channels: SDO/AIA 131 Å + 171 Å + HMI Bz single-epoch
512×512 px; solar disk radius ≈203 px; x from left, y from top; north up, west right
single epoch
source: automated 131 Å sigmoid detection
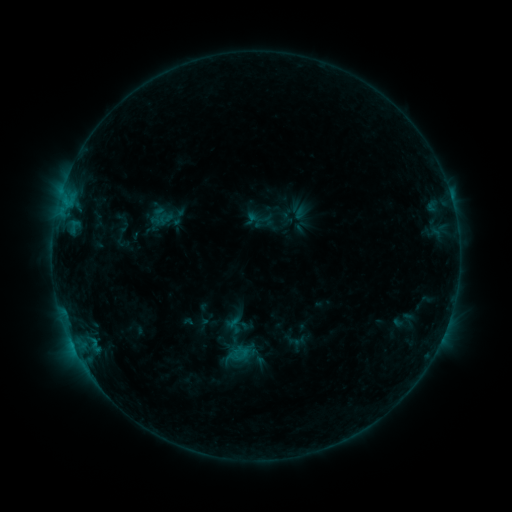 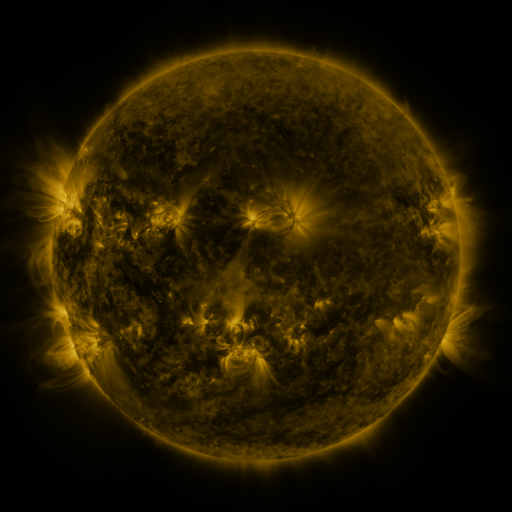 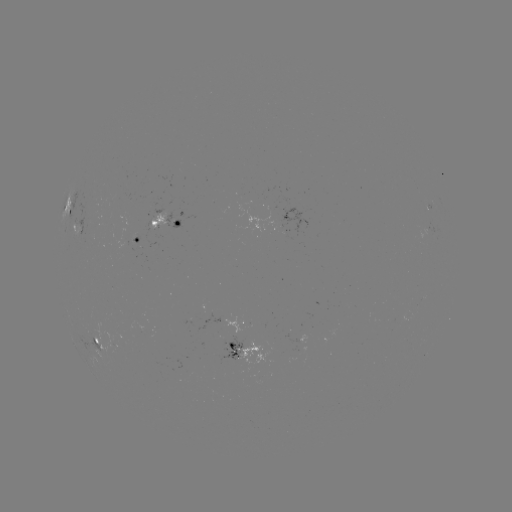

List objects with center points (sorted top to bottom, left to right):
sigmoid: <bbox>113, 226, 131, 246</bbox>
sigmoid: <bbox>204, 317, 265, 372</bbox>
